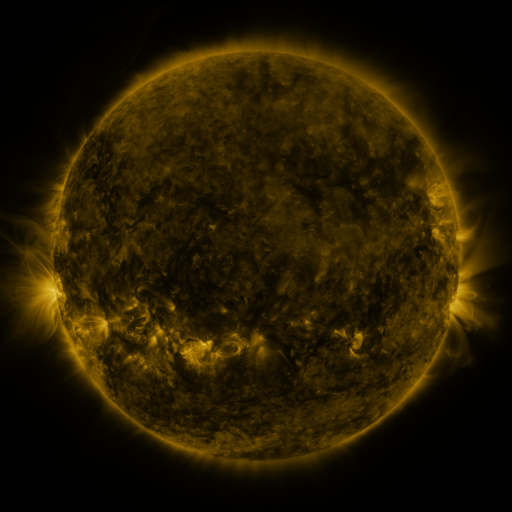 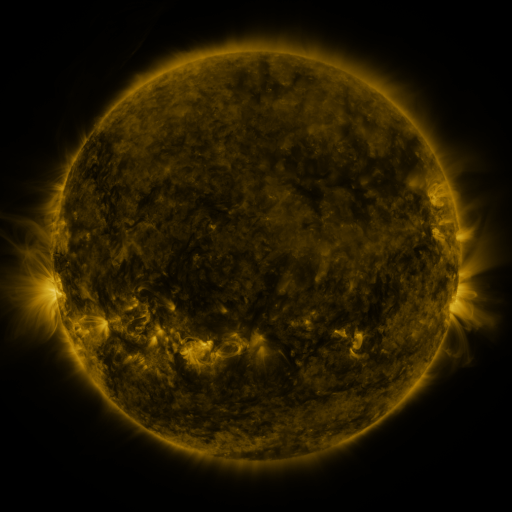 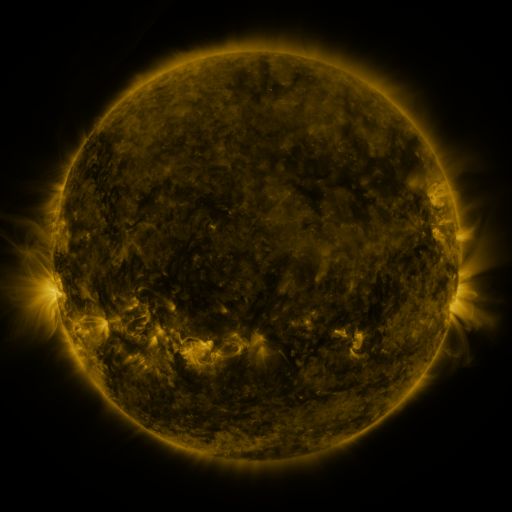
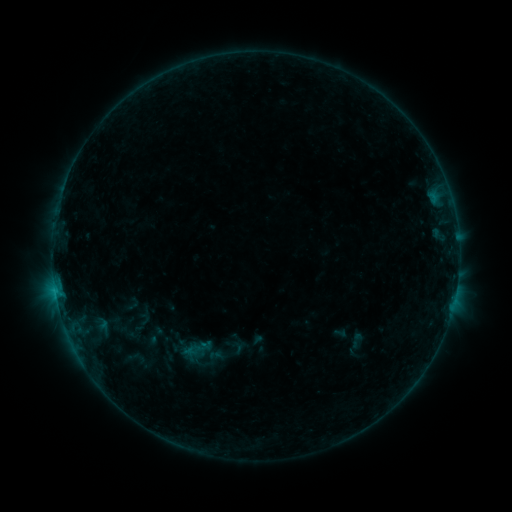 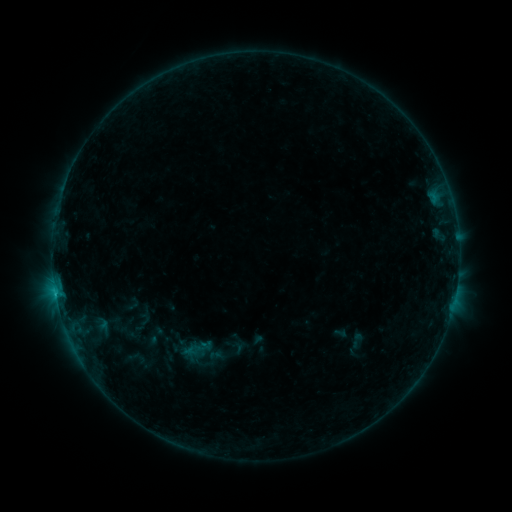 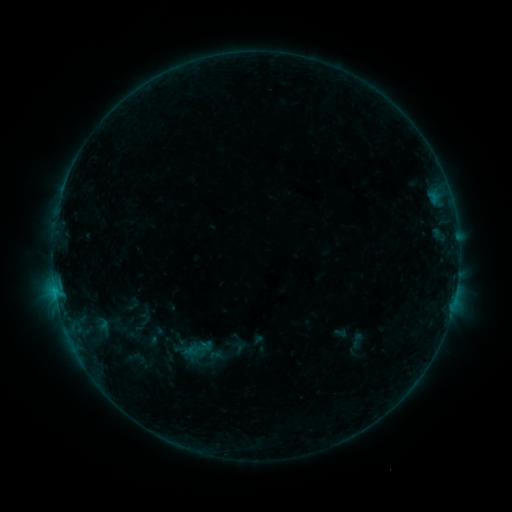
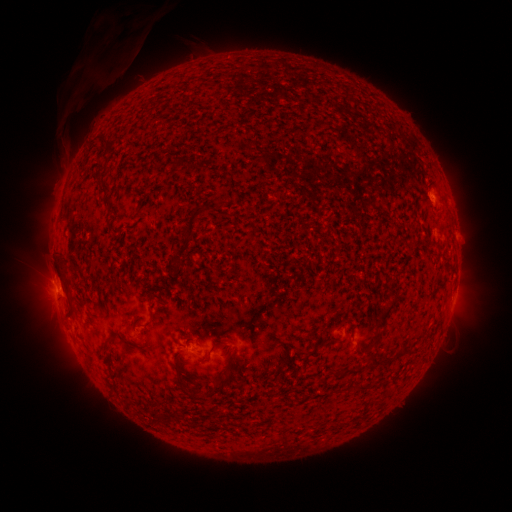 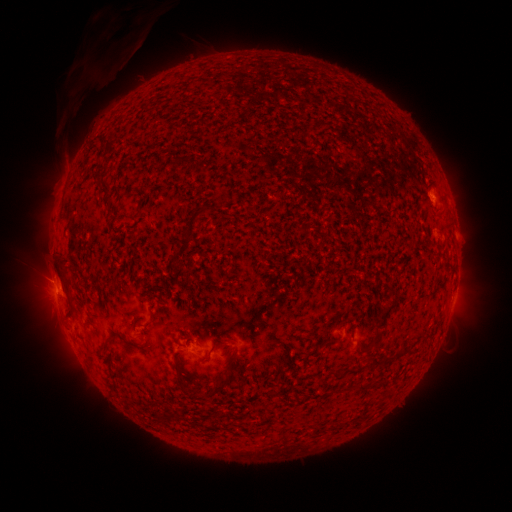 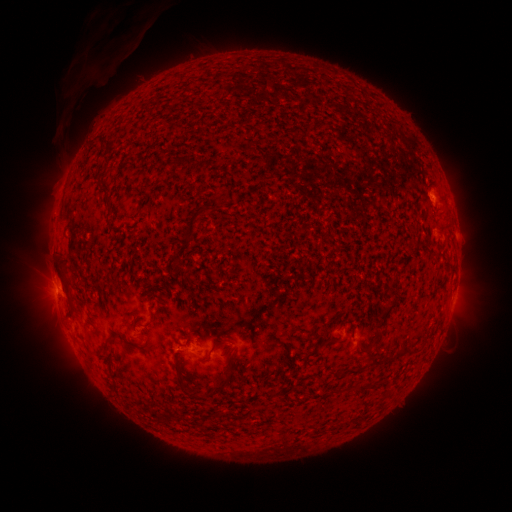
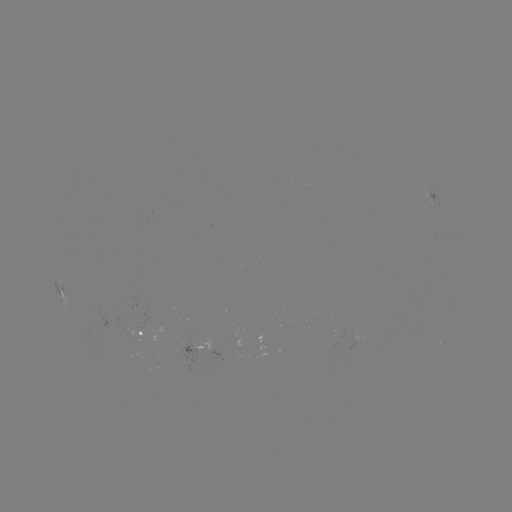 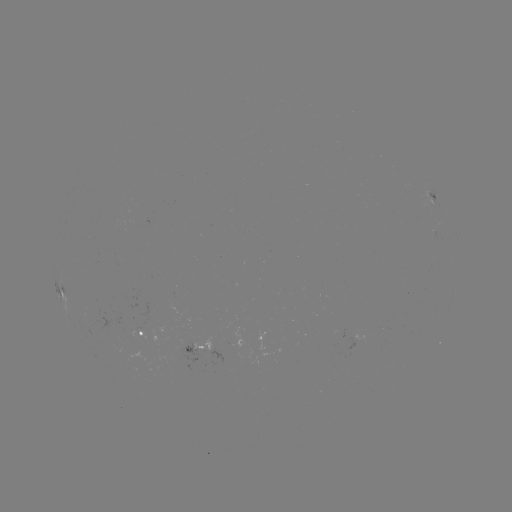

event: flare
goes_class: B3.8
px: (61, 286)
